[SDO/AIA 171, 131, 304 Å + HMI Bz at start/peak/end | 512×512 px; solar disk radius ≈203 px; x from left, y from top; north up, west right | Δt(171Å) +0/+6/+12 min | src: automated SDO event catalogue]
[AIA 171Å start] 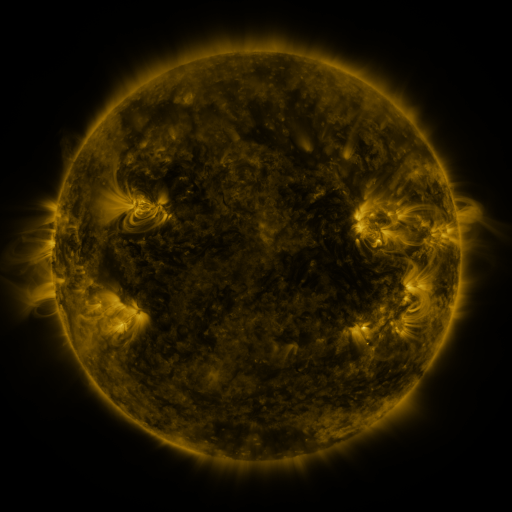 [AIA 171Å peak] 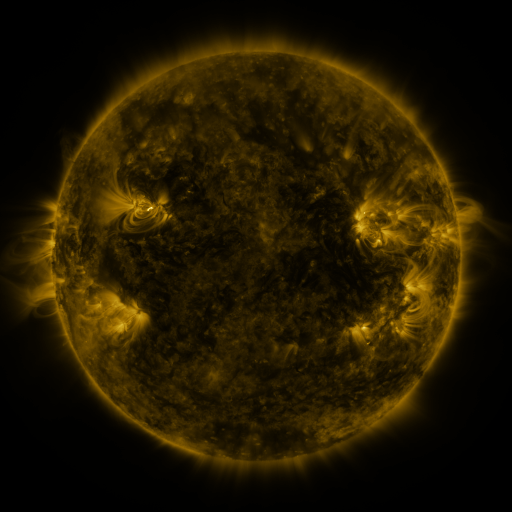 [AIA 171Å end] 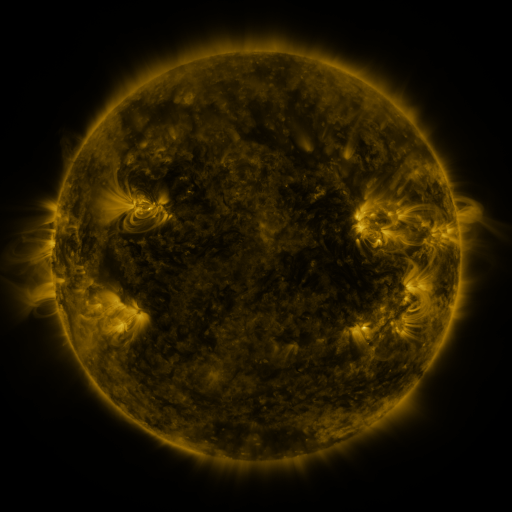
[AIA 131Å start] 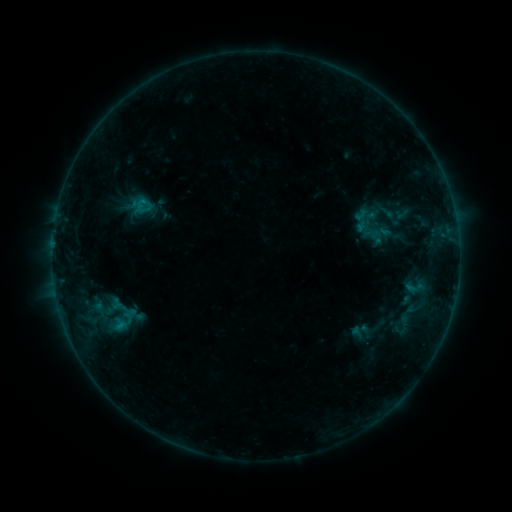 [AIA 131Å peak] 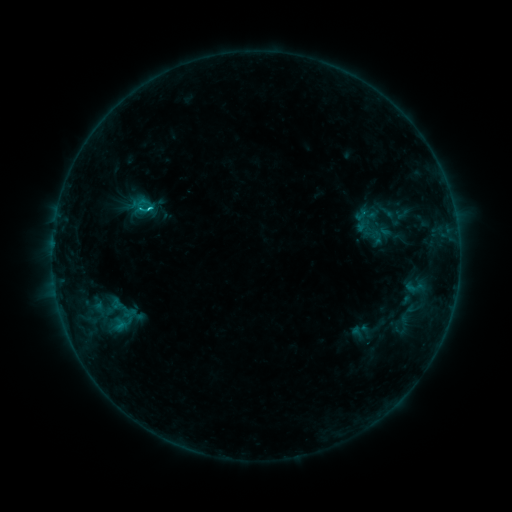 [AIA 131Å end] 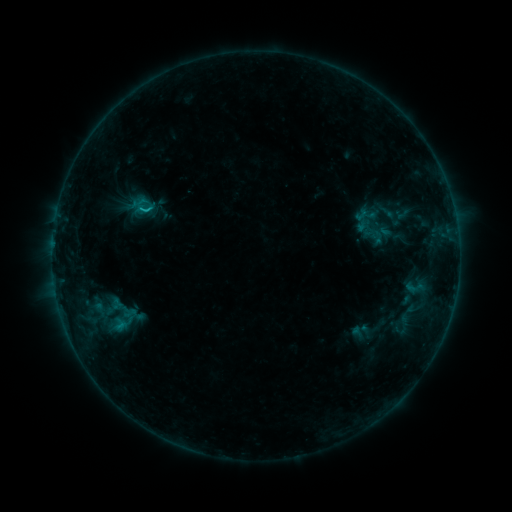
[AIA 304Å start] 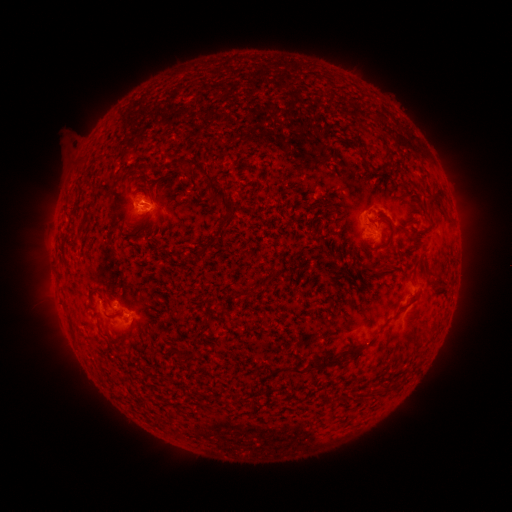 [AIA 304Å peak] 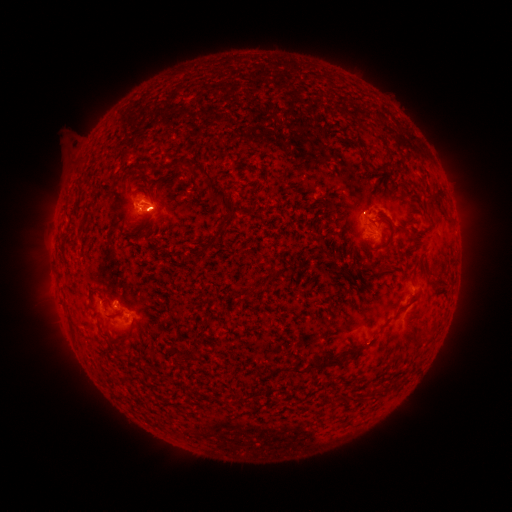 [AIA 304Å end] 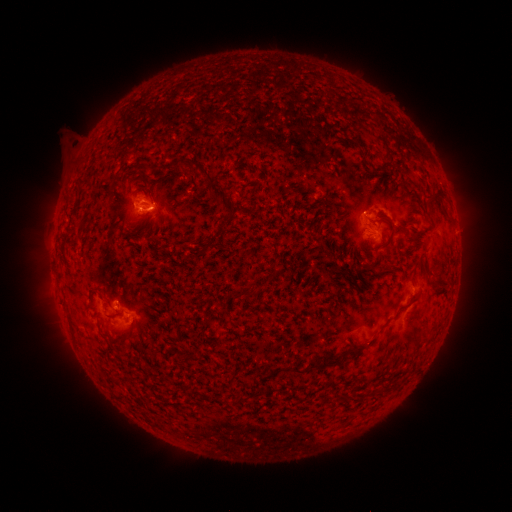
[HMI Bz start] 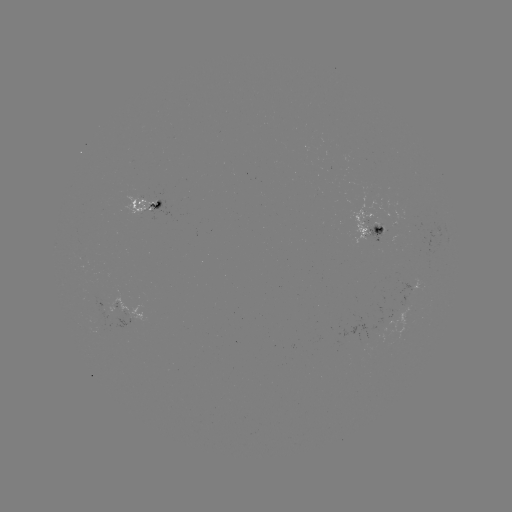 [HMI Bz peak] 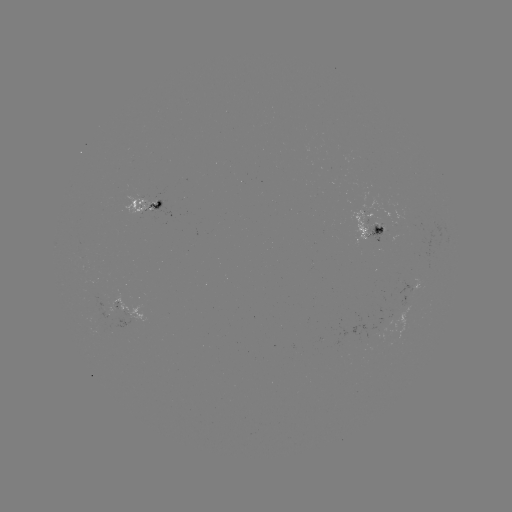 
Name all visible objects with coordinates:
C1.0 flare: (151, 210)
